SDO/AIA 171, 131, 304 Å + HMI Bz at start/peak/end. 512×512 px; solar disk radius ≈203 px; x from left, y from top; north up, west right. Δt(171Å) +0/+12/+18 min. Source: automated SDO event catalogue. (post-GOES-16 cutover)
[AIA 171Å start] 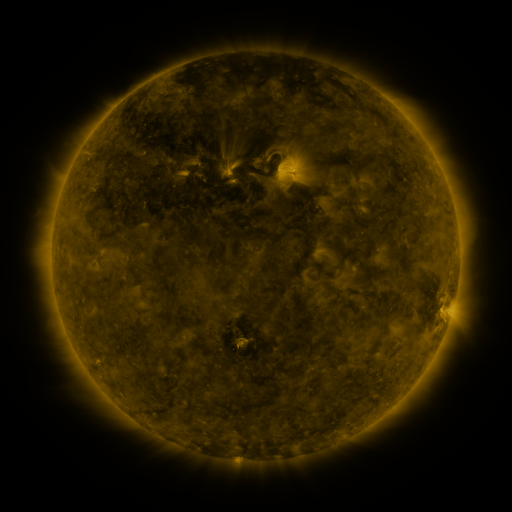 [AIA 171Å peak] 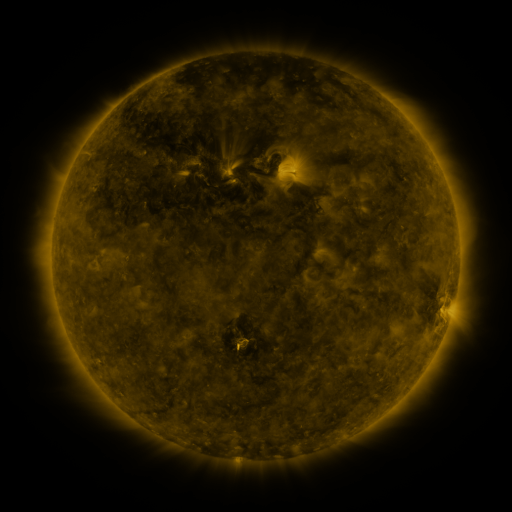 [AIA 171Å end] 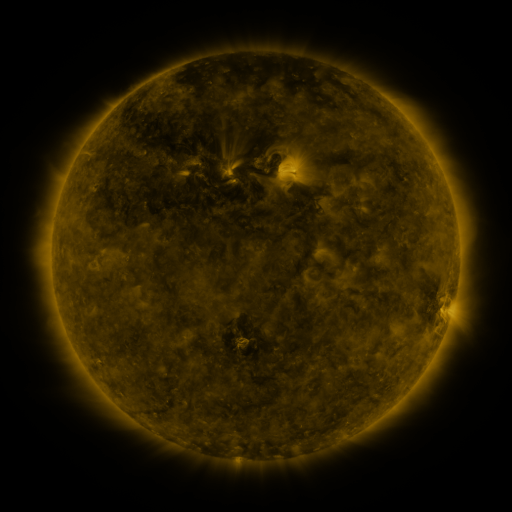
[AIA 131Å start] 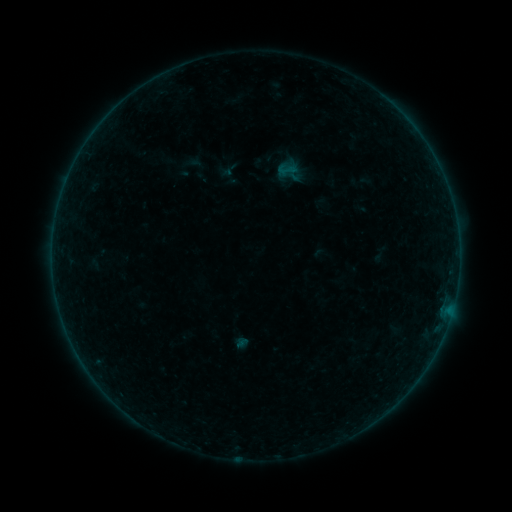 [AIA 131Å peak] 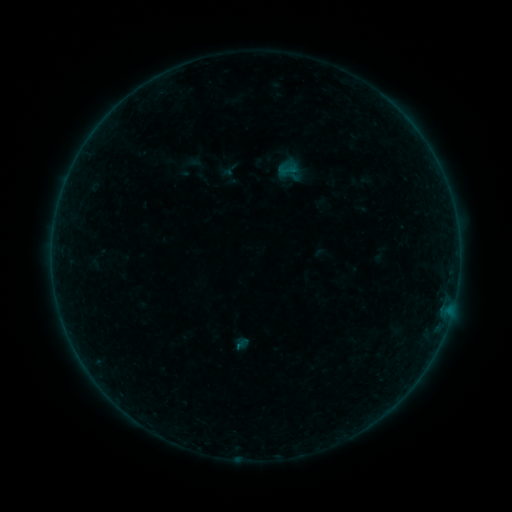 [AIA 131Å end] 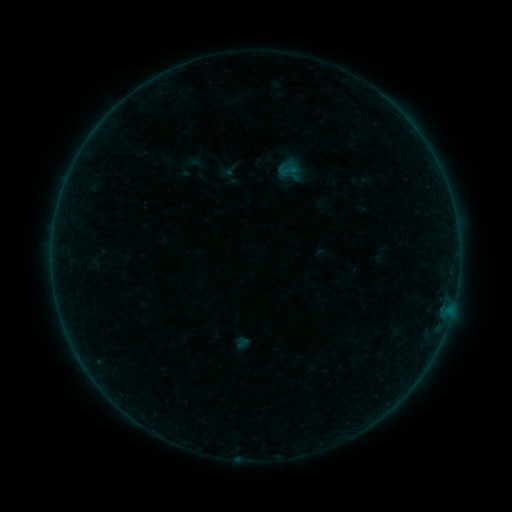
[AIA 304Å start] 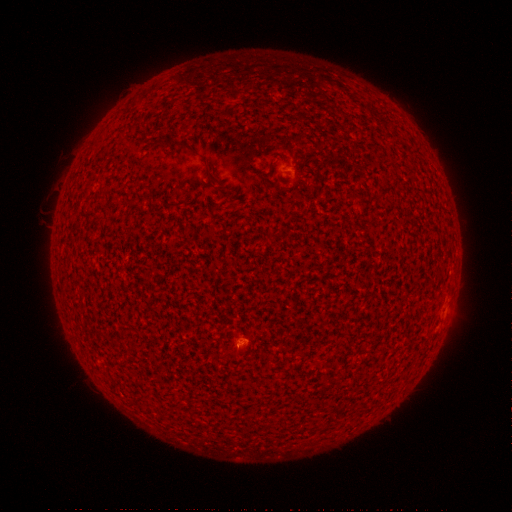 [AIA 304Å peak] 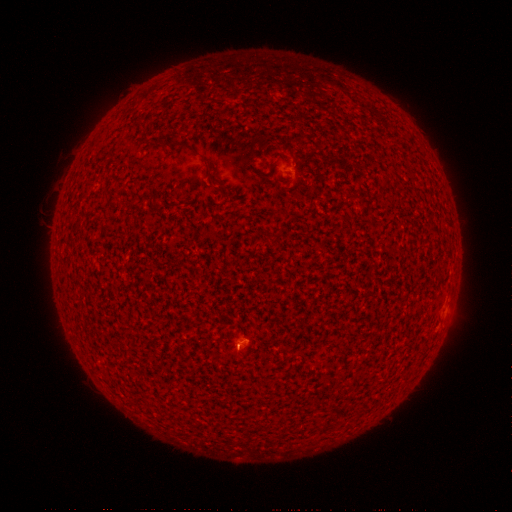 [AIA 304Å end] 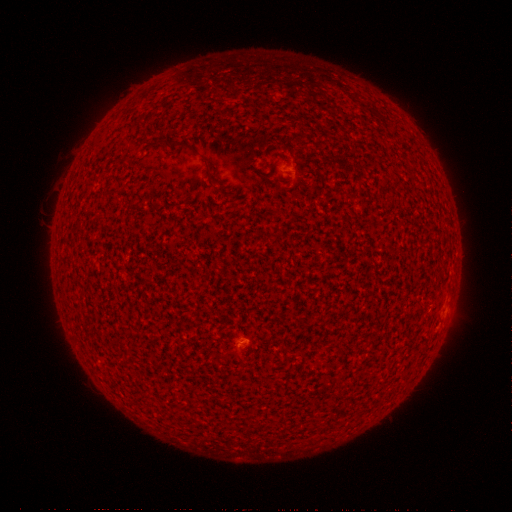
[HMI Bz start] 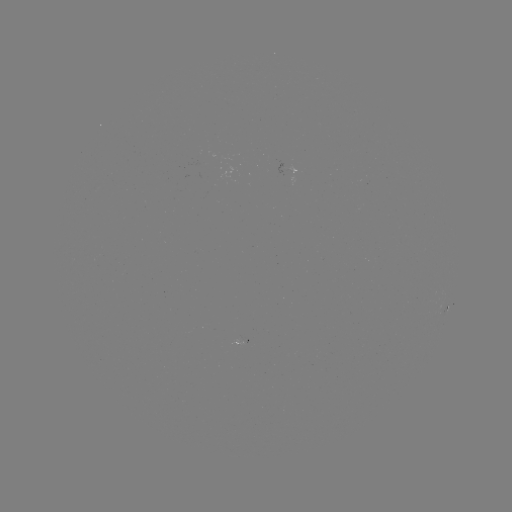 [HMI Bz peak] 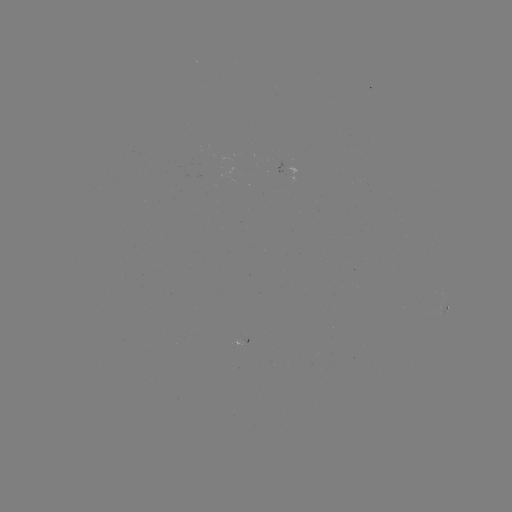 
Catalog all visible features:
A4.6 flare: (239, 345)
